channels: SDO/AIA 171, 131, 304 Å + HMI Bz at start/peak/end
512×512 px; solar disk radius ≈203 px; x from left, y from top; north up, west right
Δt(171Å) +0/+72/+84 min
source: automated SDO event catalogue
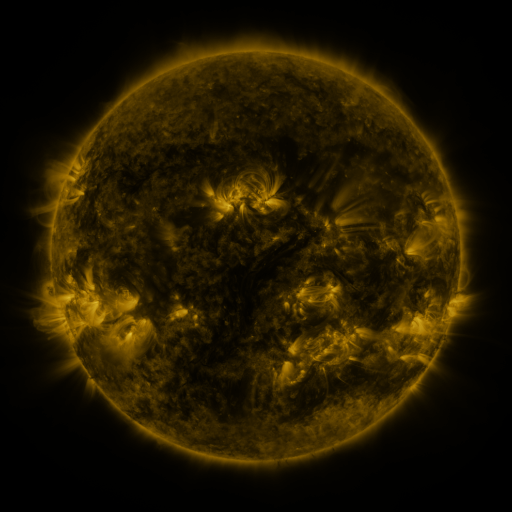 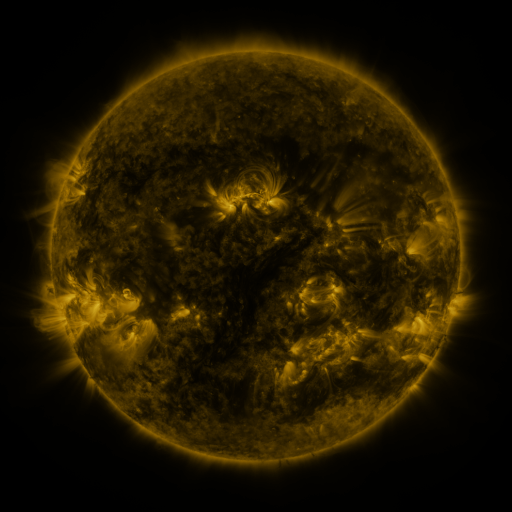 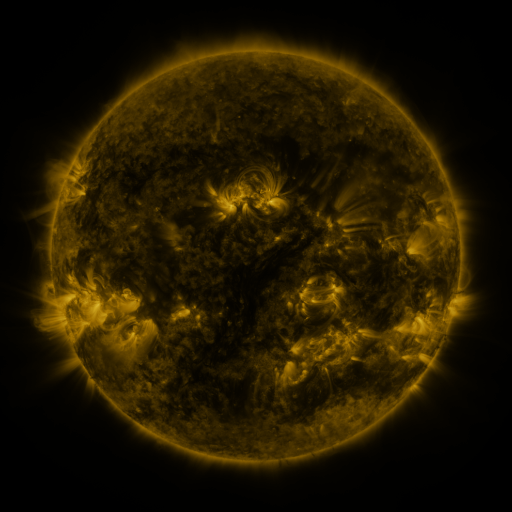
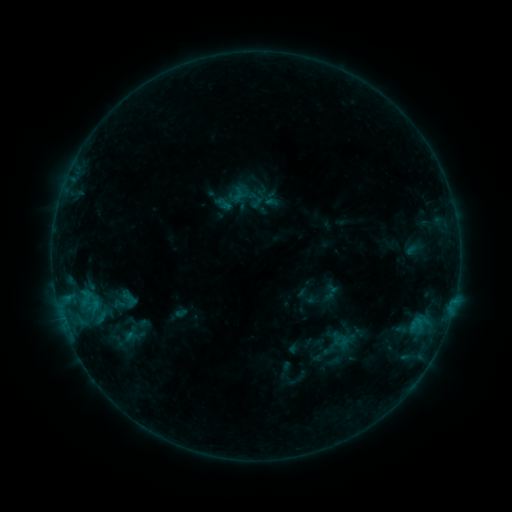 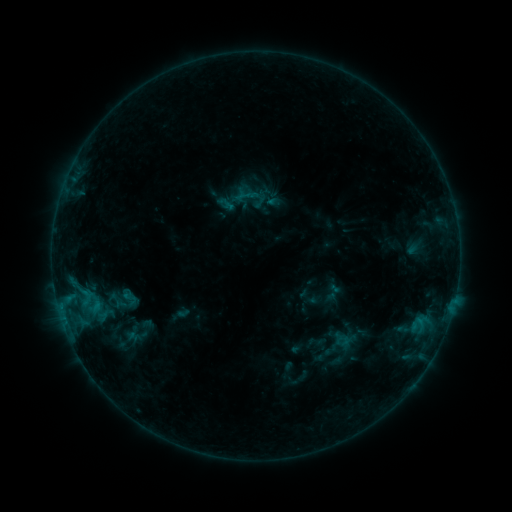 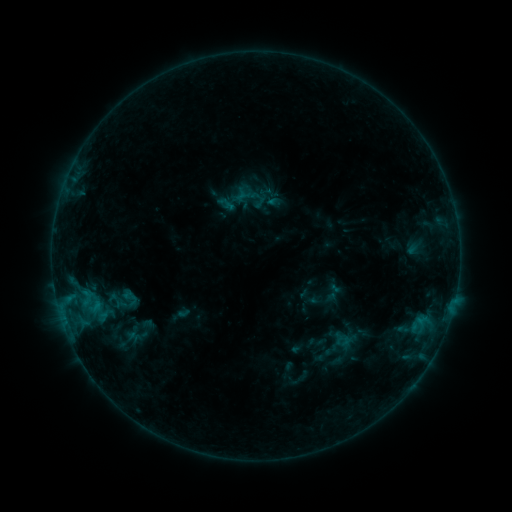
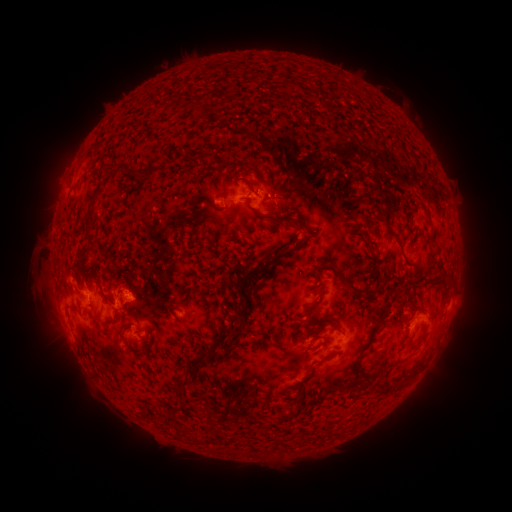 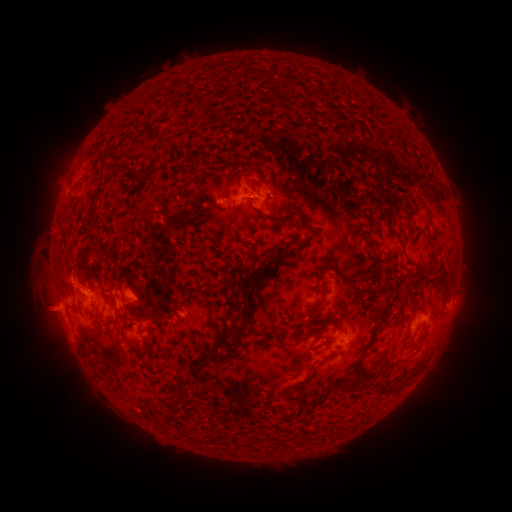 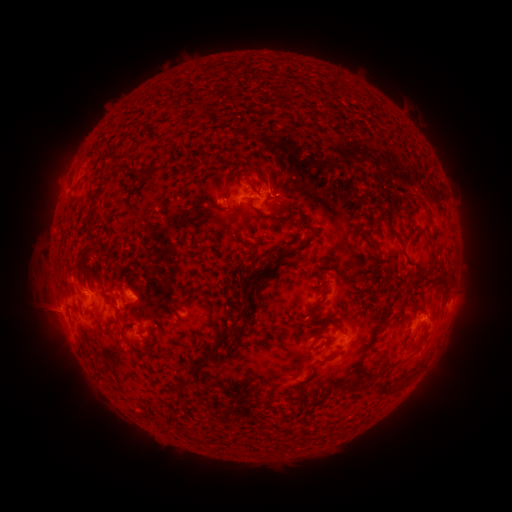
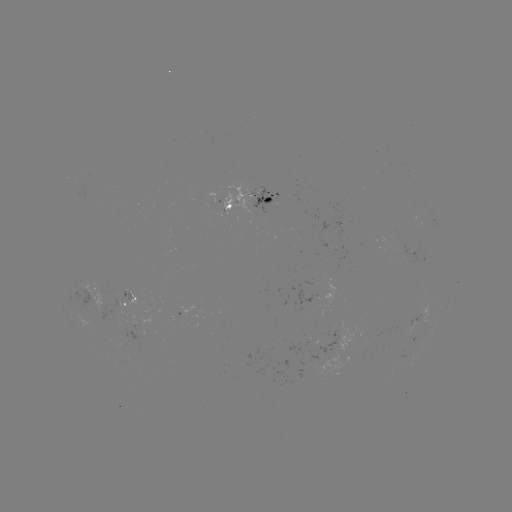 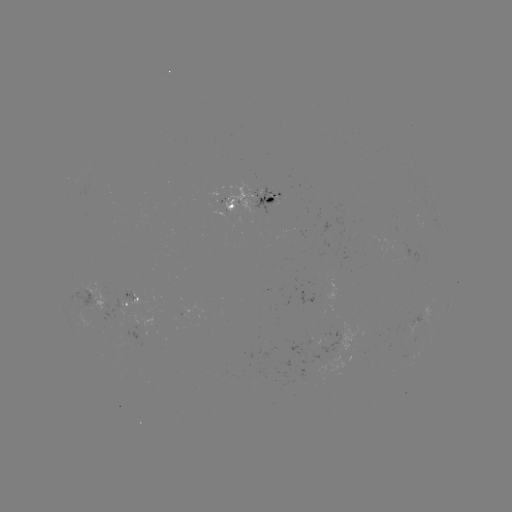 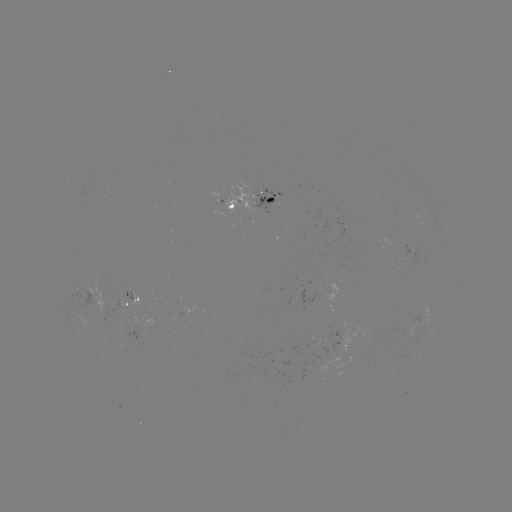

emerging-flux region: [404, 324, 416, 334]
